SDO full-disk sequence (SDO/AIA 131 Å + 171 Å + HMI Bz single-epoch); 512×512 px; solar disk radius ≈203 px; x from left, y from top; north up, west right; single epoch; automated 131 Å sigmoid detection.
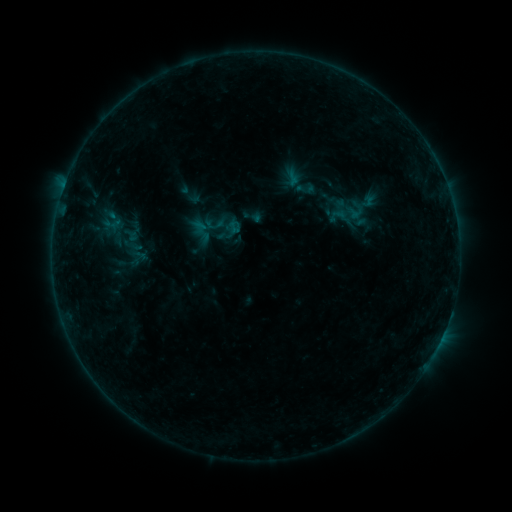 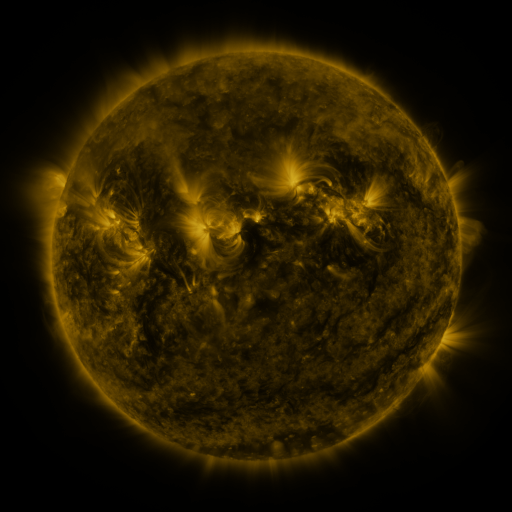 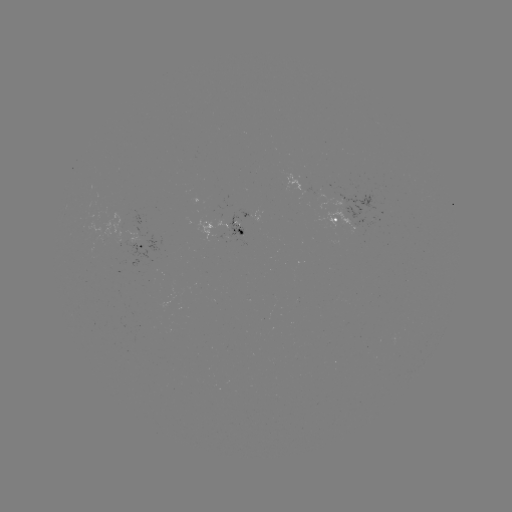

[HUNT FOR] sigmoid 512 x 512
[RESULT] (305, 188)